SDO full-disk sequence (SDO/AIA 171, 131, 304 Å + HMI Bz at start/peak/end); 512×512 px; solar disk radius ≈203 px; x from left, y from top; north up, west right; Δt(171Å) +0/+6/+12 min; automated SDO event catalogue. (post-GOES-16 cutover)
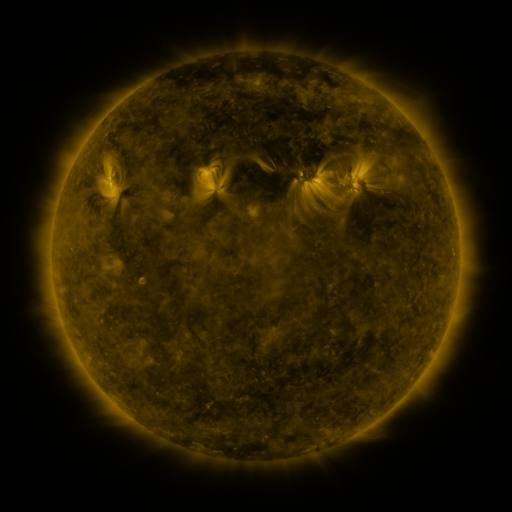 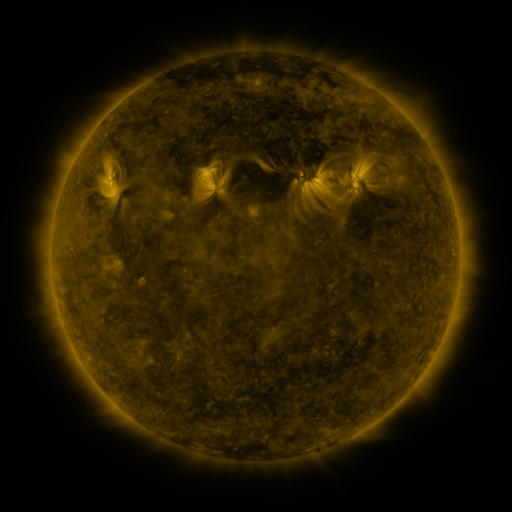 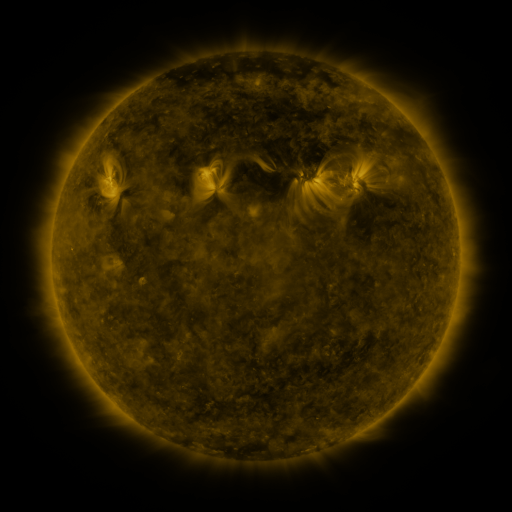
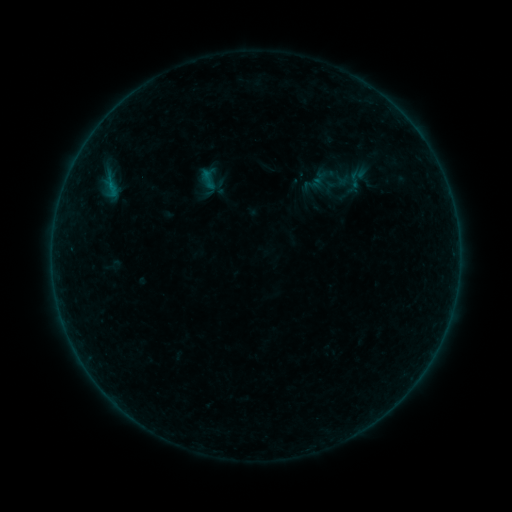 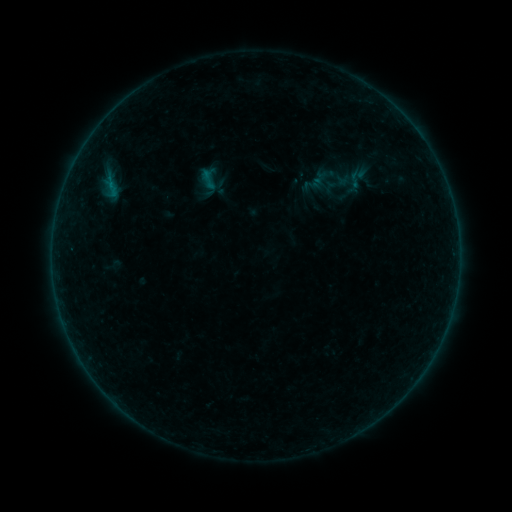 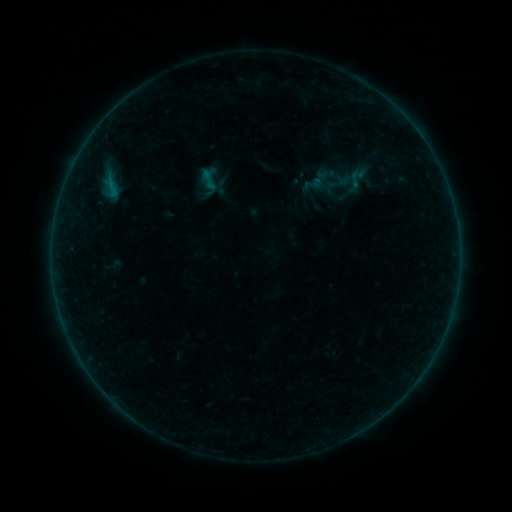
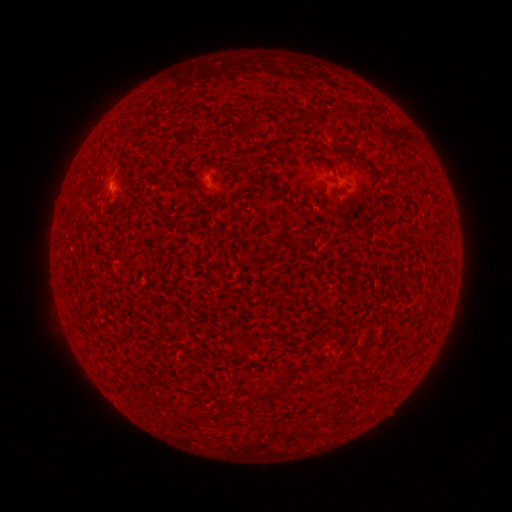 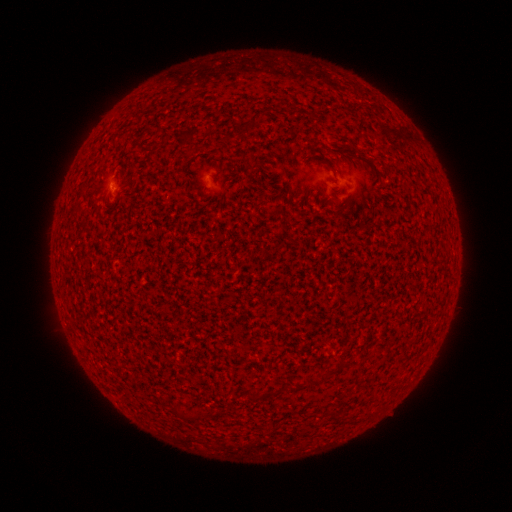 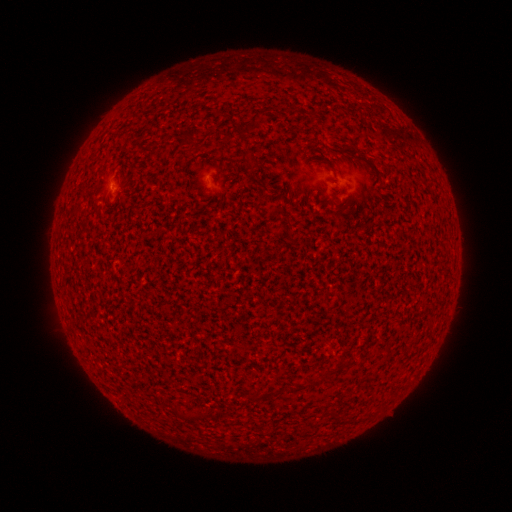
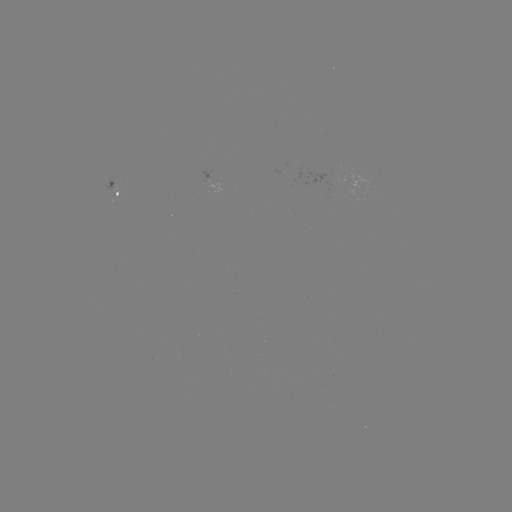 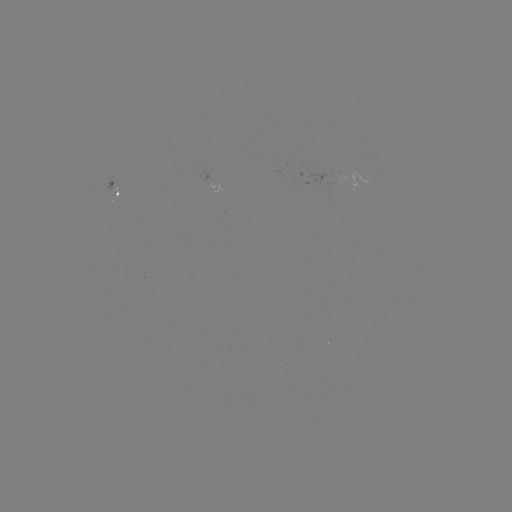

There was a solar flare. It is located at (113, 186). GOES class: A6.6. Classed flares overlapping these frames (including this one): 2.